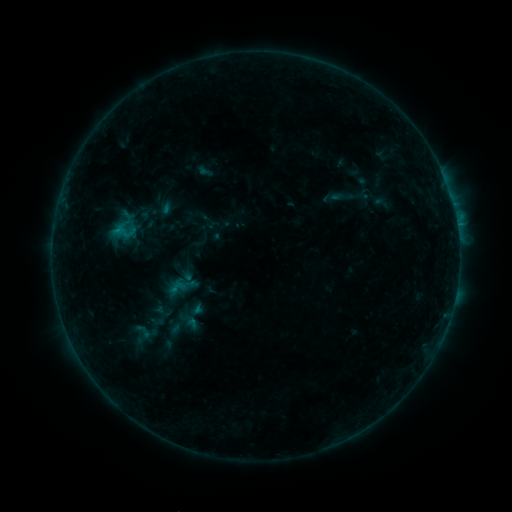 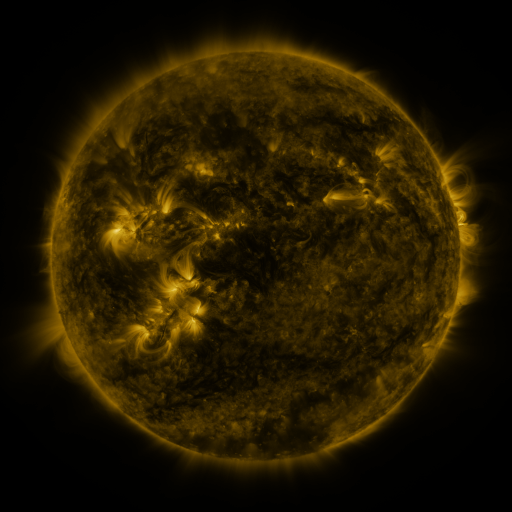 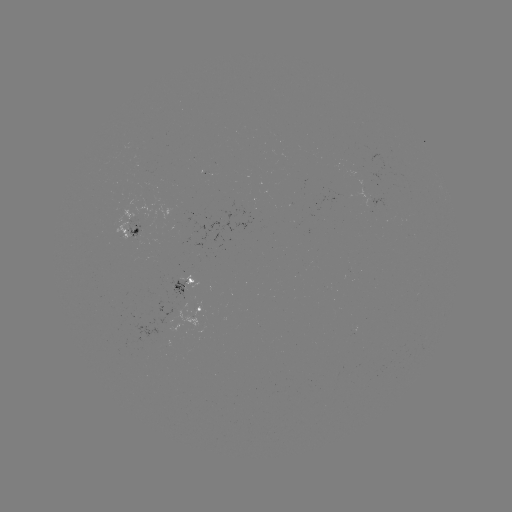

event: sigmoid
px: (344, 196)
